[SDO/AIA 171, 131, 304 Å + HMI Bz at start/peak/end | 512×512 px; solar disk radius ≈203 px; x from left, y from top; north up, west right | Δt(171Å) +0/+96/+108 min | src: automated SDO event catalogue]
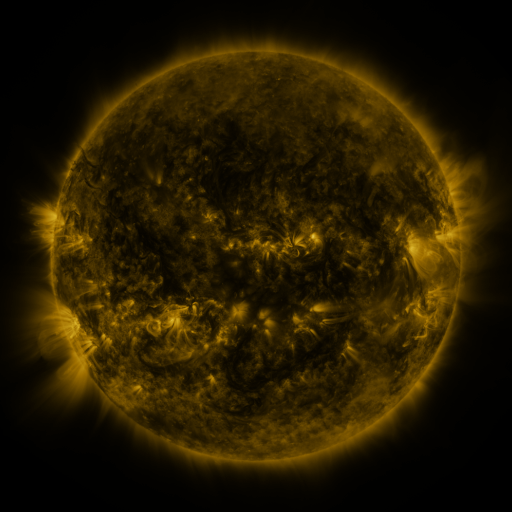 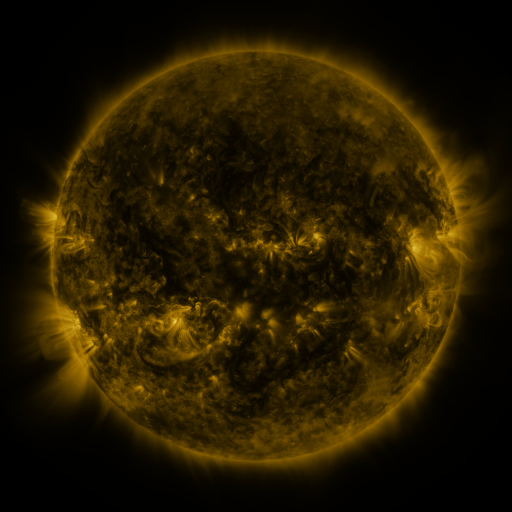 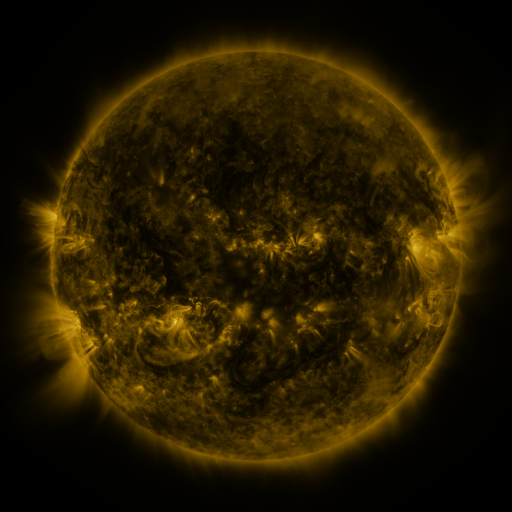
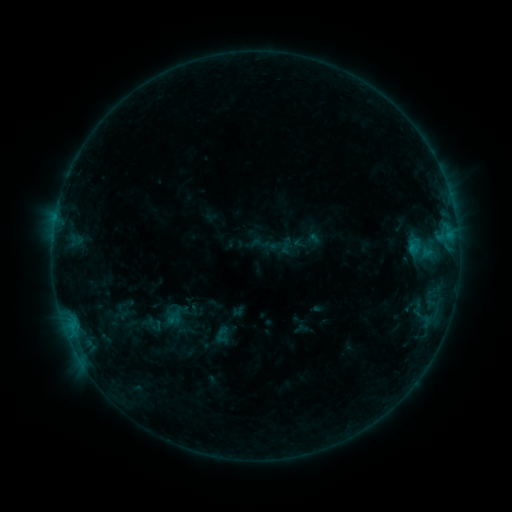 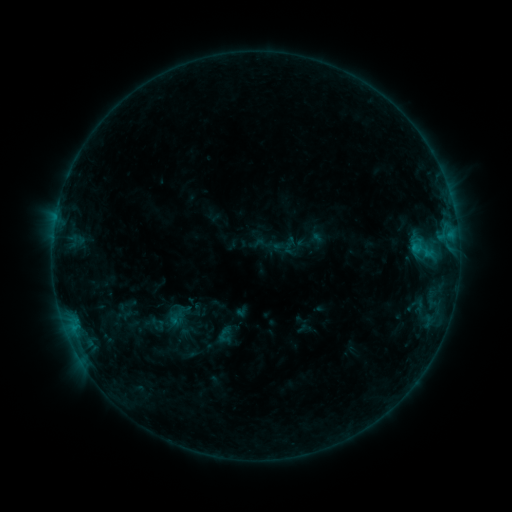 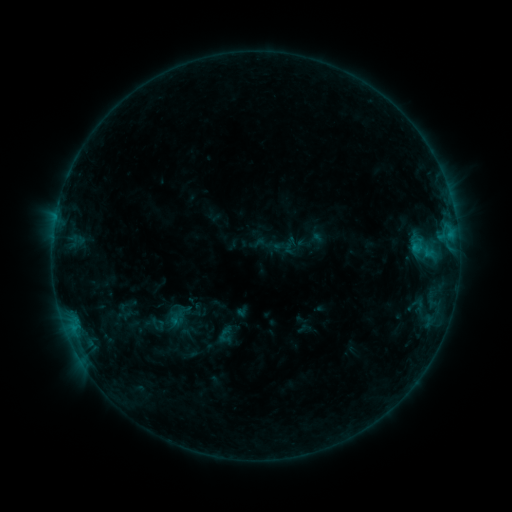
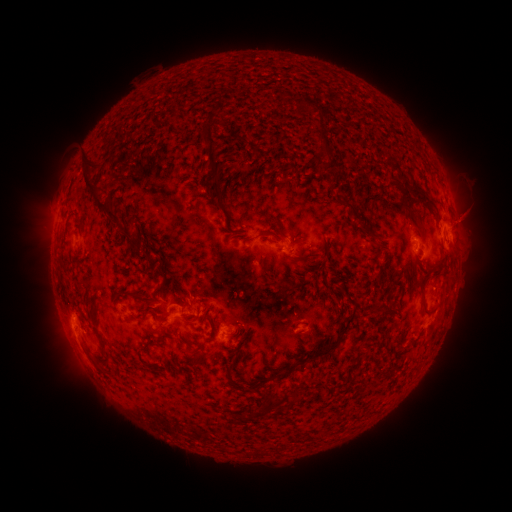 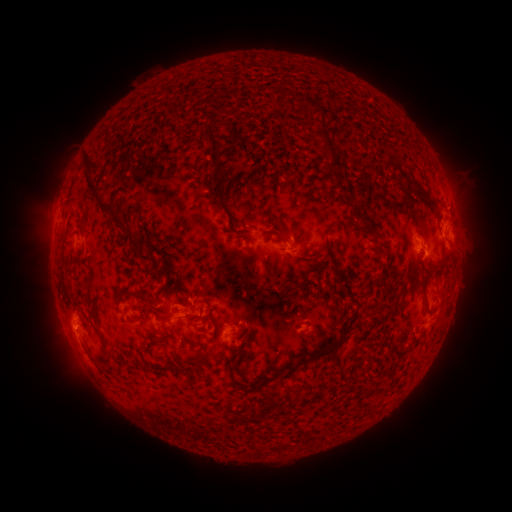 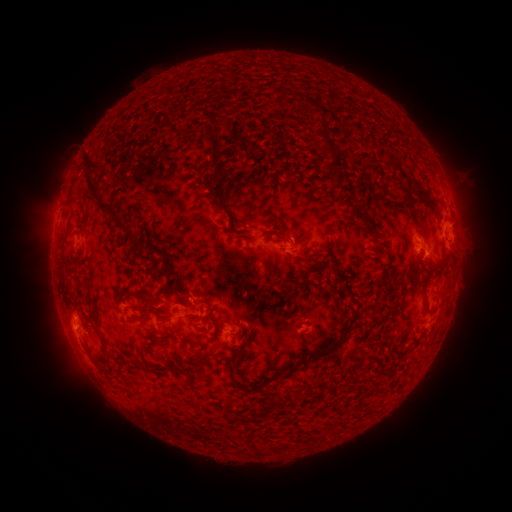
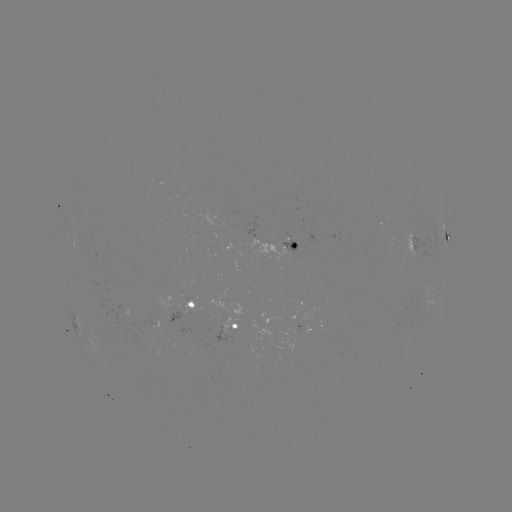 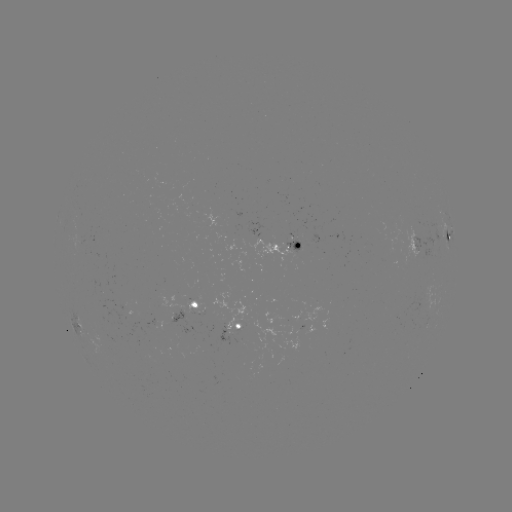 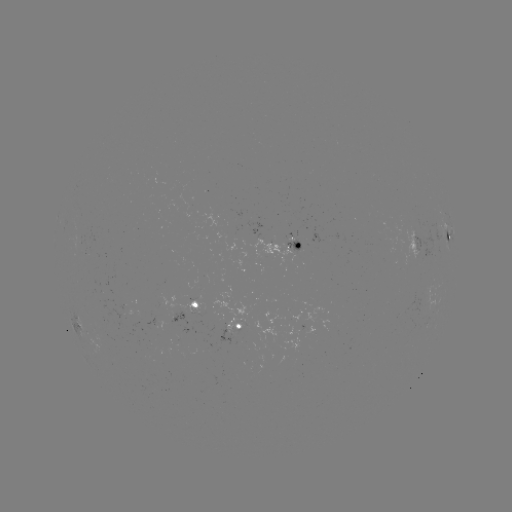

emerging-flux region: [286, 239, 297, 251]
